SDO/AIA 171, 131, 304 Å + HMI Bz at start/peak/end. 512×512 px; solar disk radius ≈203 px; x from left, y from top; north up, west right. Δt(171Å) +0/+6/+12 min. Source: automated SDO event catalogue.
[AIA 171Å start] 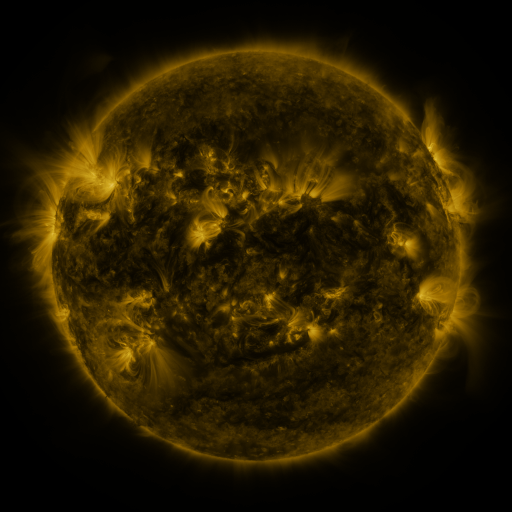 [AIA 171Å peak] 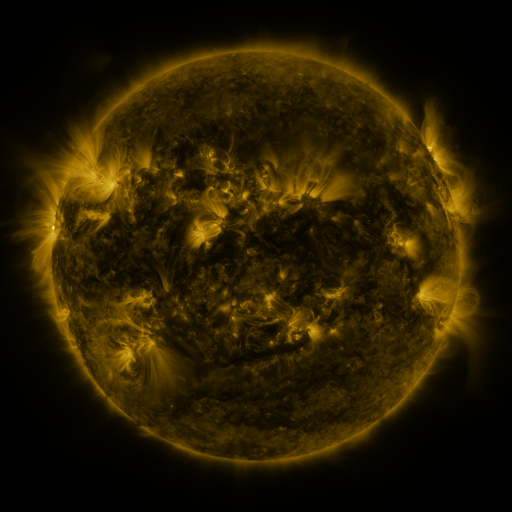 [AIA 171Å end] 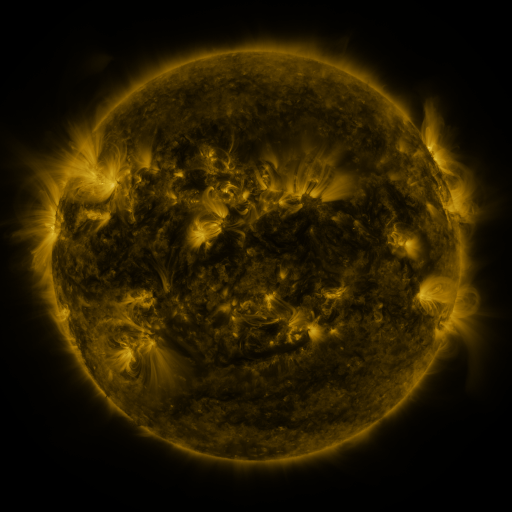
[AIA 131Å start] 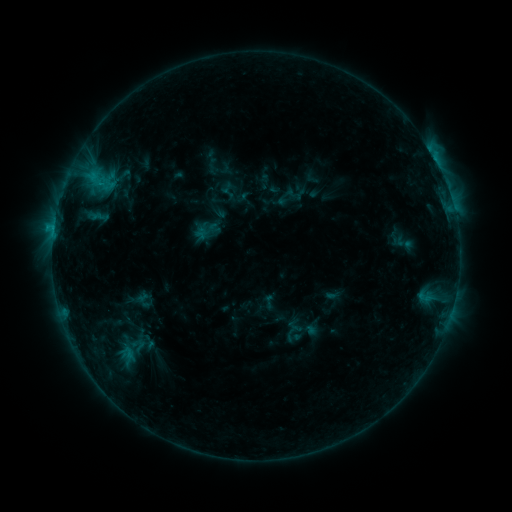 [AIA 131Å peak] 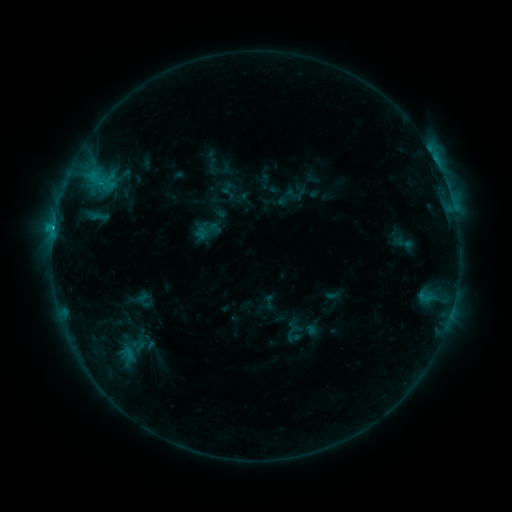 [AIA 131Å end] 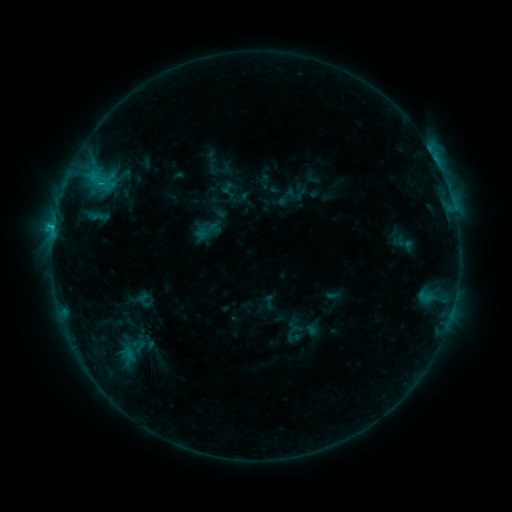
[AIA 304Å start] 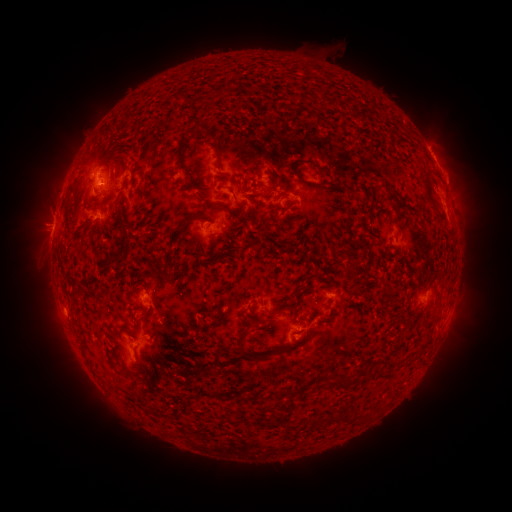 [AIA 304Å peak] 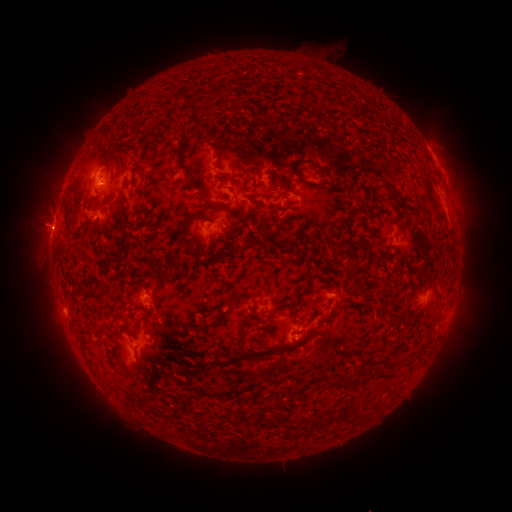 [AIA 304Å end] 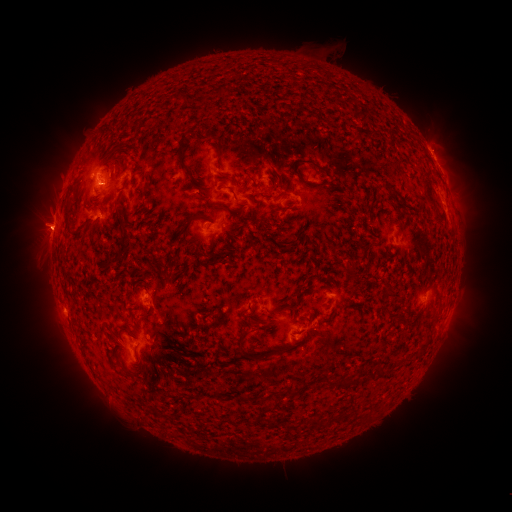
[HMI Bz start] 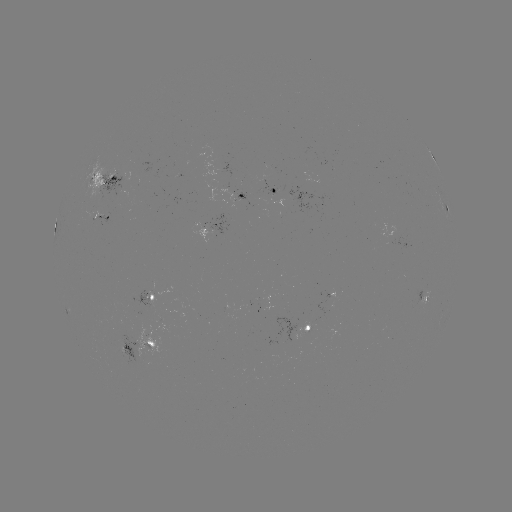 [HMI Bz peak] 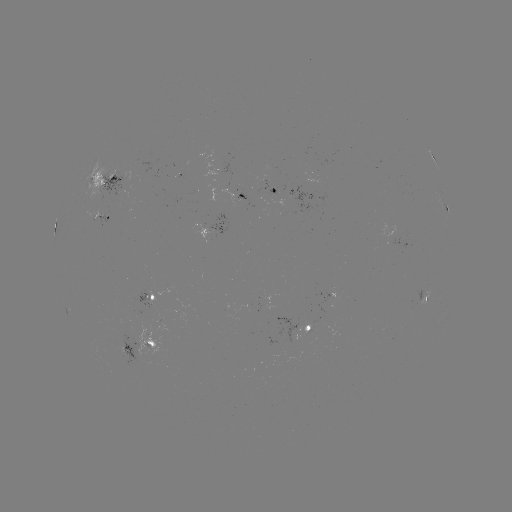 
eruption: <bbox>11, 195, 69, 262</bbox>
